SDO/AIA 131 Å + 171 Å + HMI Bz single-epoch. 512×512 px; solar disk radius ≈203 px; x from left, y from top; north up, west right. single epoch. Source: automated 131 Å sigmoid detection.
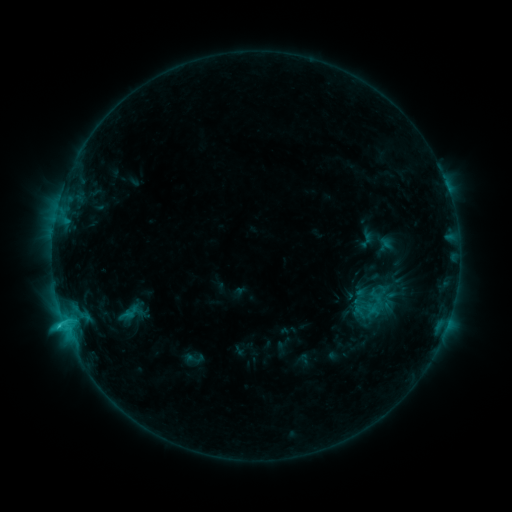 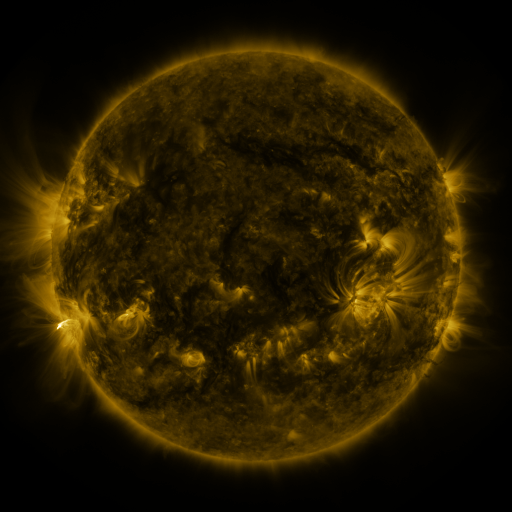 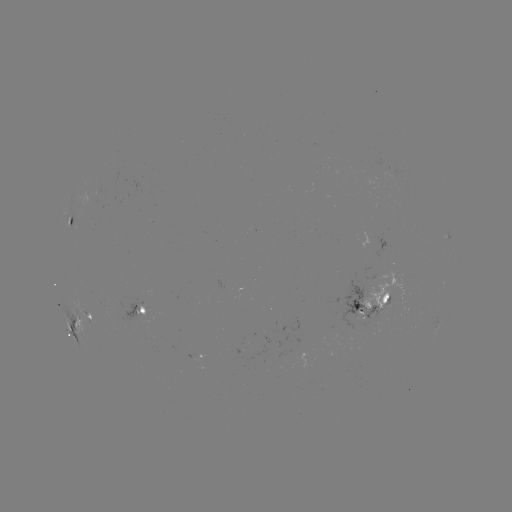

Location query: sigmoid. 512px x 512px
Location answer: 368,294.